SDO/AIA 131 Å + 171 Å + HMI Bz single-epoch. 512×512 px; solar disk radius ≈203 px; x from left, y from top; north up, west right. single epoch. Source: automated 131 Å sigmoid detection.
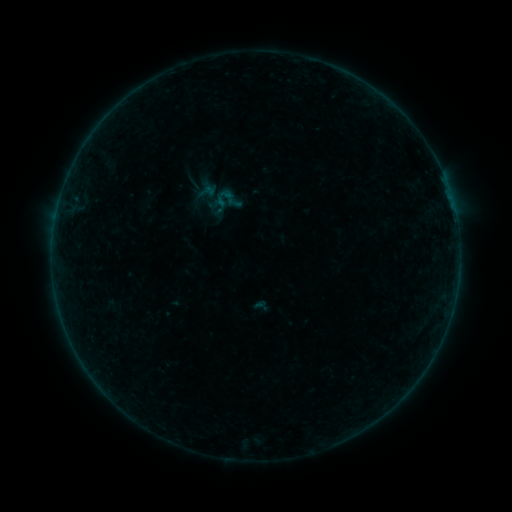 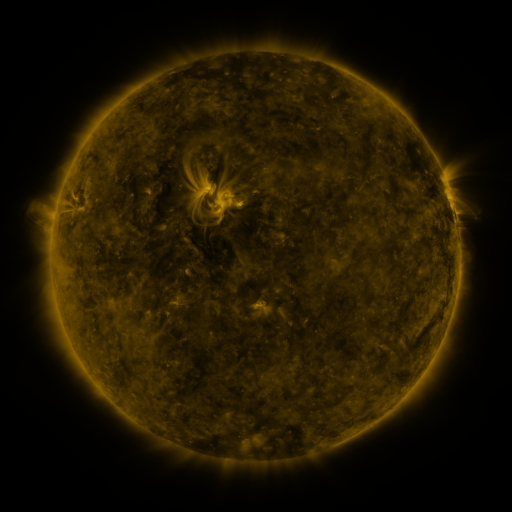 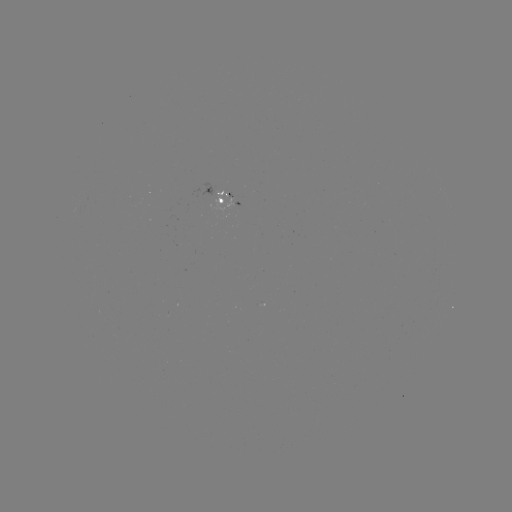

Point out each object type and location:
sigmoid: [212, 184, 242, 215]
